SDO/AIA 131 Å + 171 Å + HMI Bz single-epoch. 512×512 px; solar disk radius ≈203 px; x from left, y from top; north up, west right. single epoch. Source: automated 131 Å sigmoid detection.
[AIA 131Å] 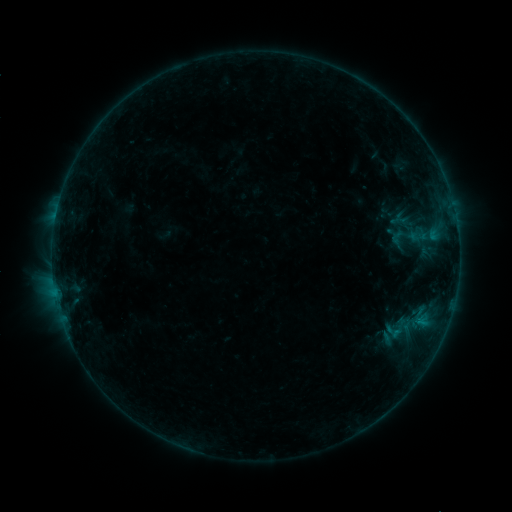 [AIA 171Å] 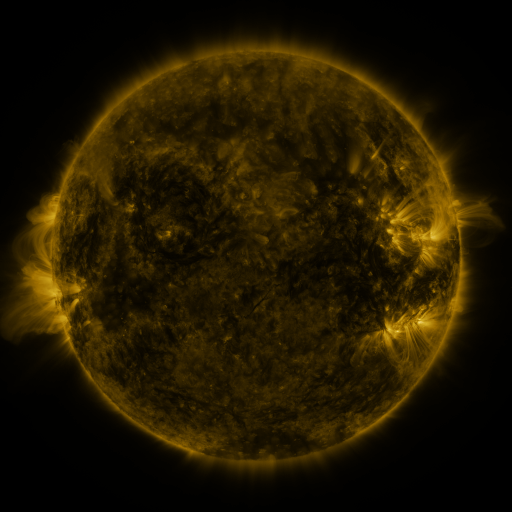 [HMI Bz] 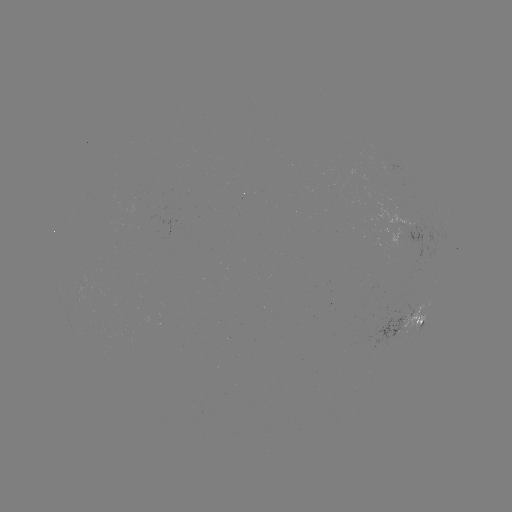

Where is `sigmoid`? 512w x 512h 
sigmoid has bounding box [388, 229, 405, 246].